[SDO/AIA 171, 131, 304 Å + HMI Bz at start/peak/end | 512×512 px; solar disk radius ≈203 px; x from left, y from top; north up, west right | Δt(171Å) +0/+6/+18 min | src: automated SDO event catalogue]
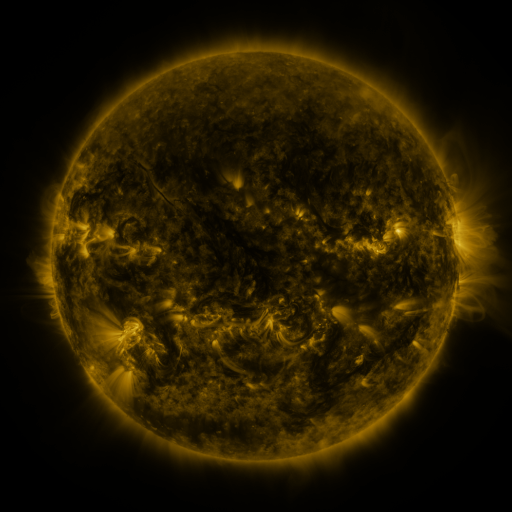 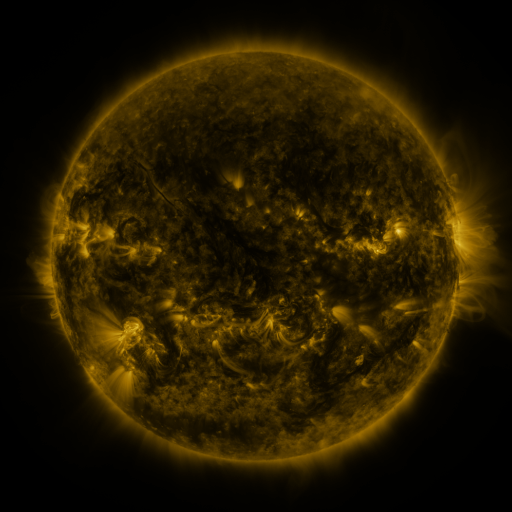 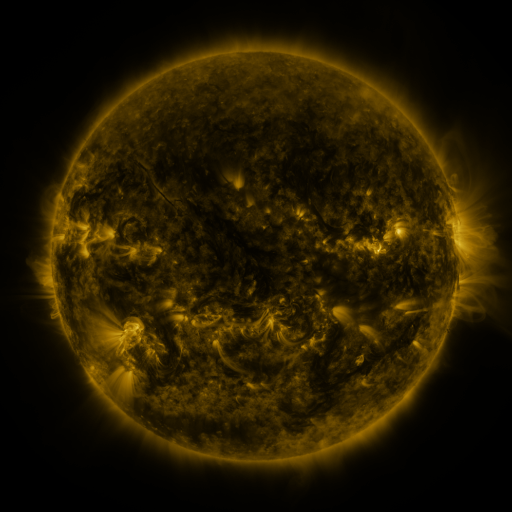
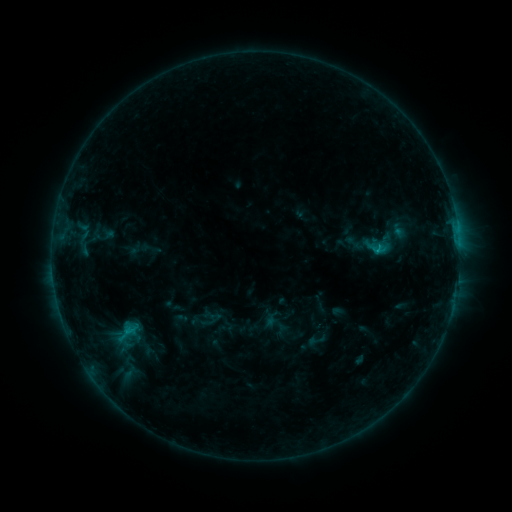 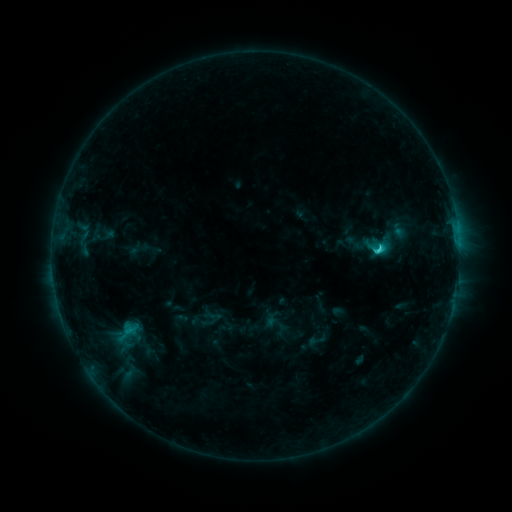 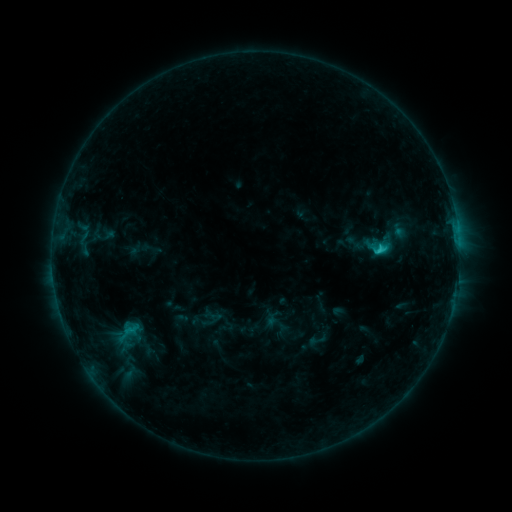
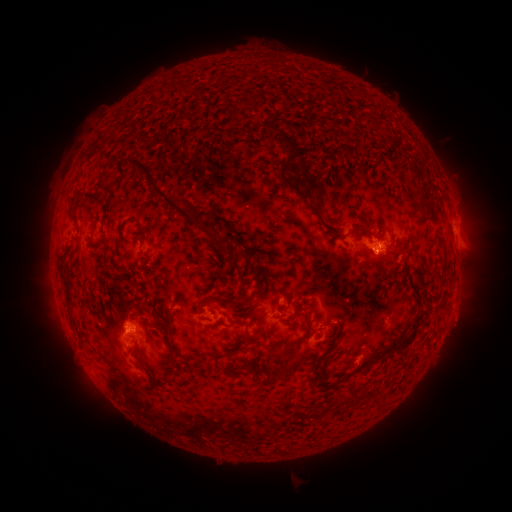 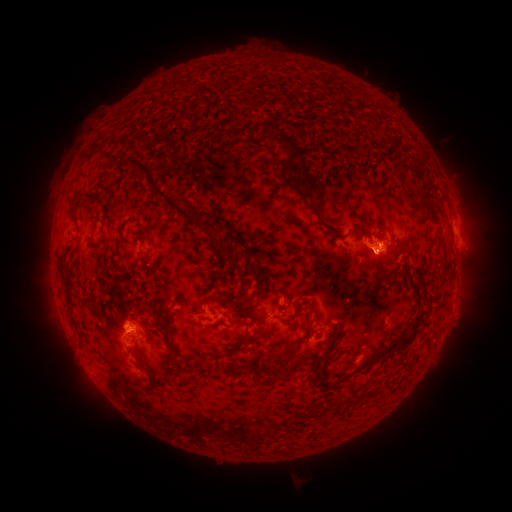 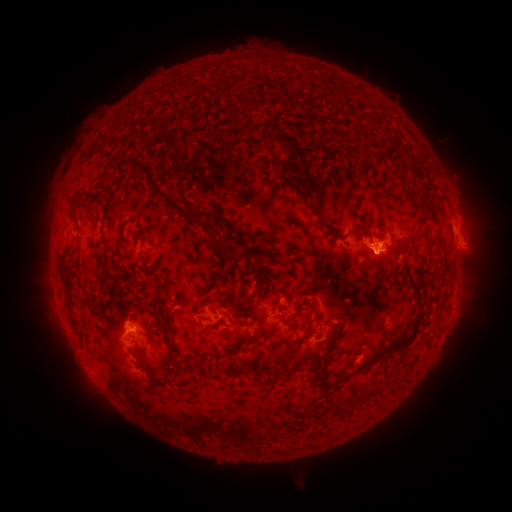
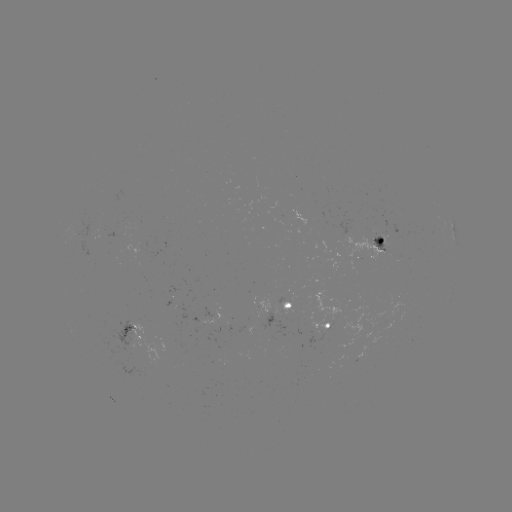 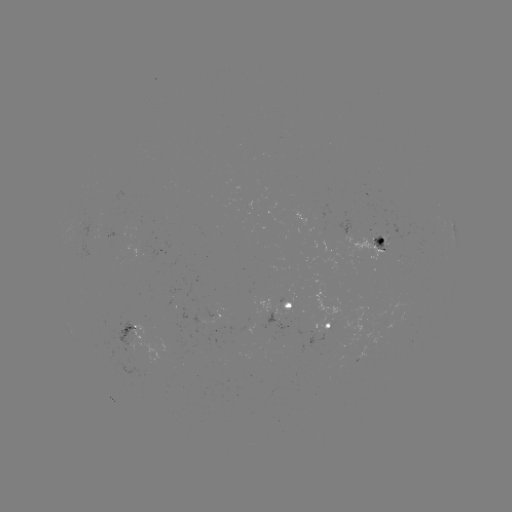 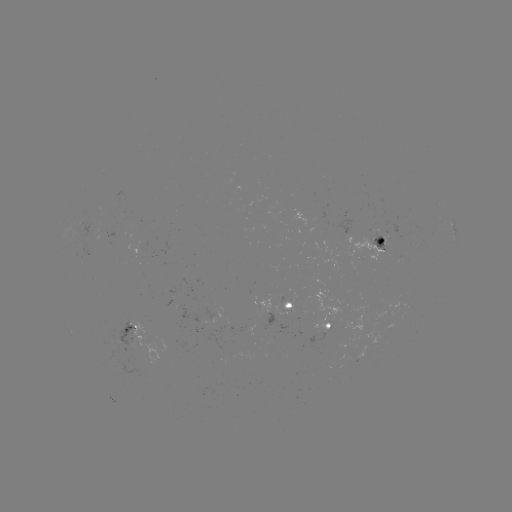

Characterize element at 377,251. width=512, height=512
C2.0 flare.